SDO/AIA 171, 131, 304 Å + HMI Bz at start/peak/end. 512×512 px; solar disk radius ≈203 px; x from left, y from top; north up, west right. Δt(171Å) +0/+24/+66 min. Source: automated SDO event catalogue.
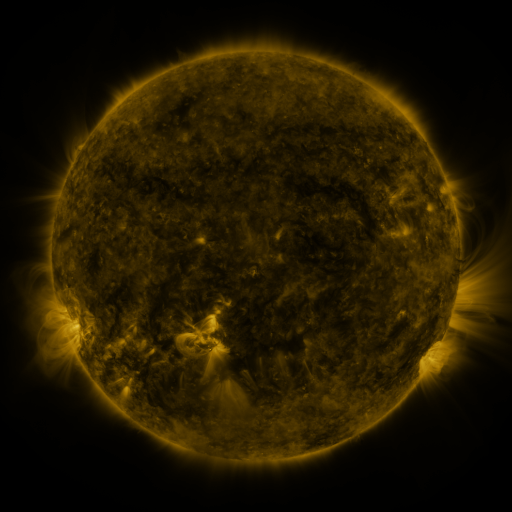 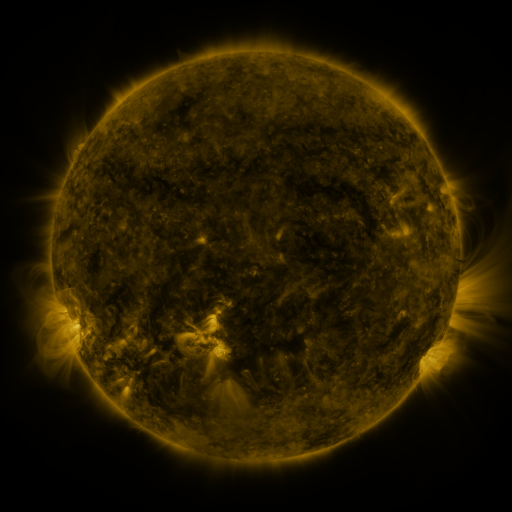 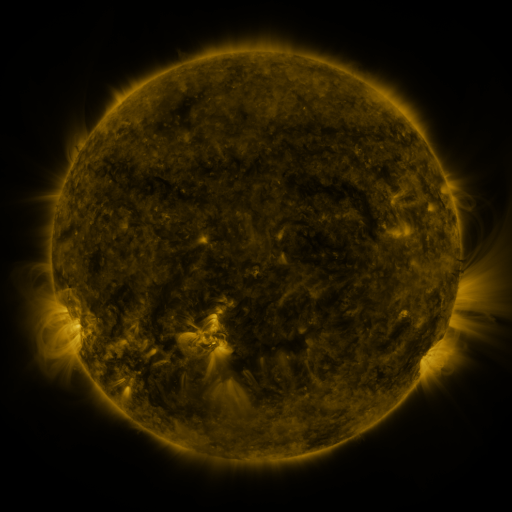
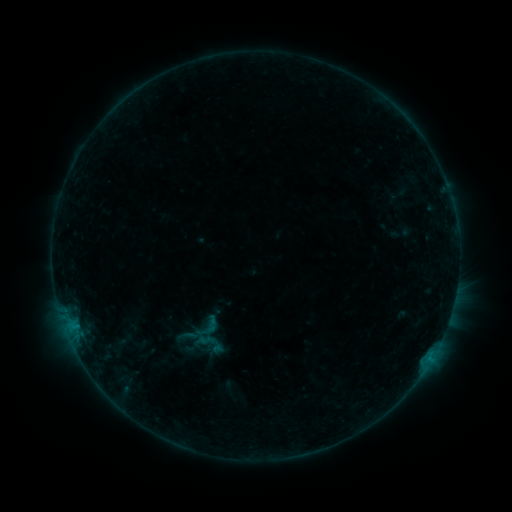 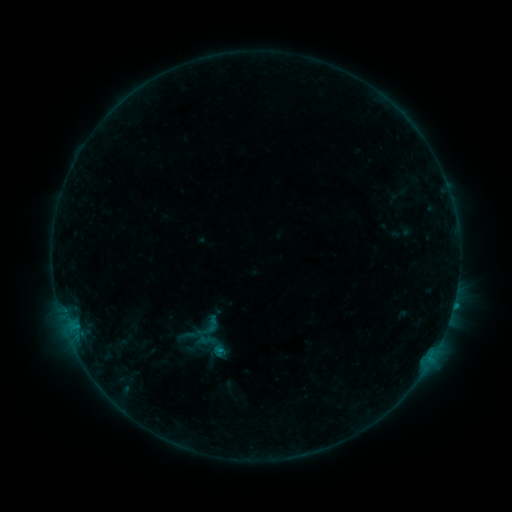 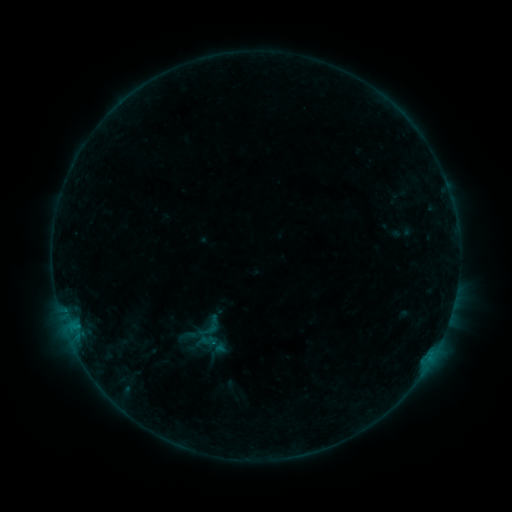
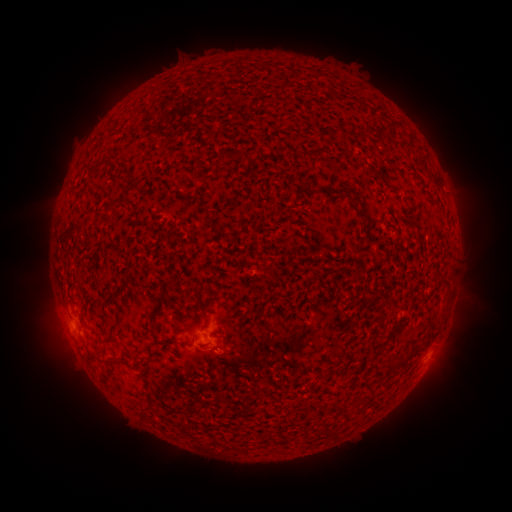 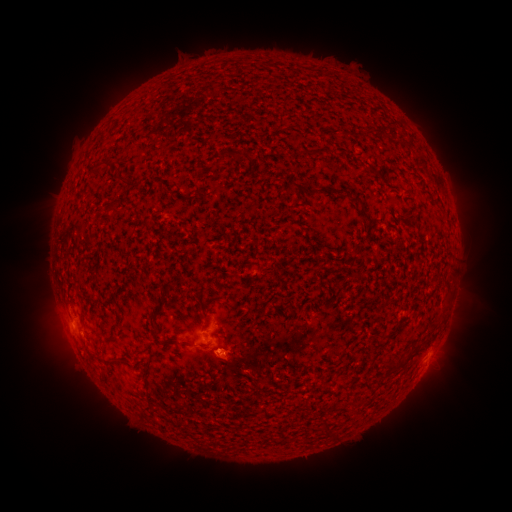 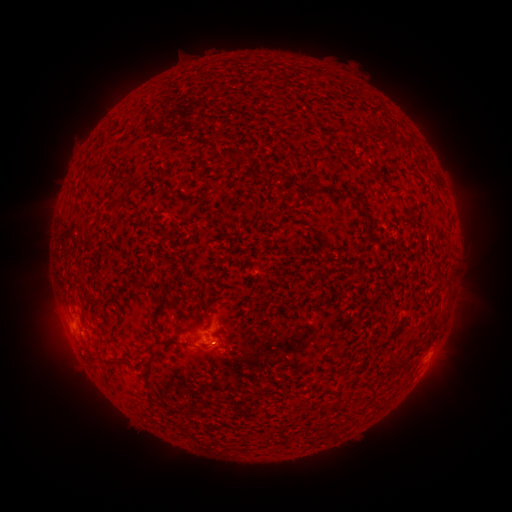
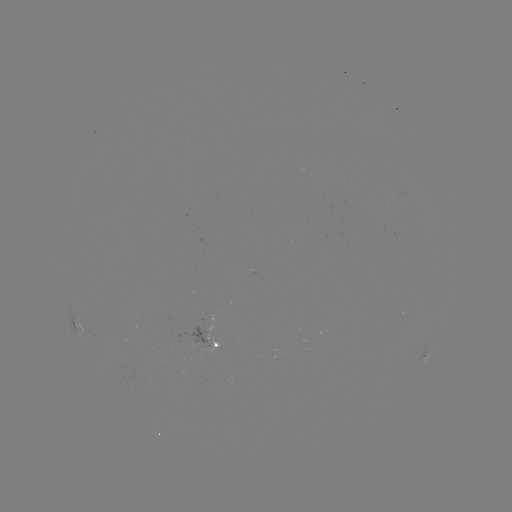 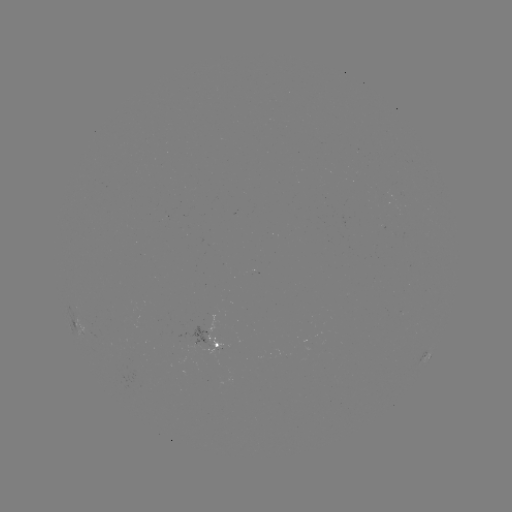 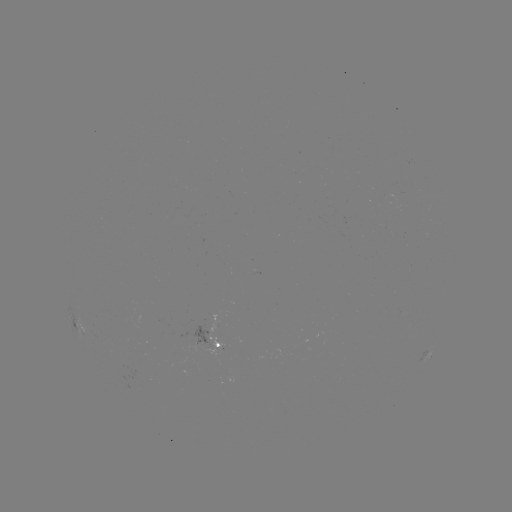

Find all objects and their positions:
B4.8 flare: (453, 302)
